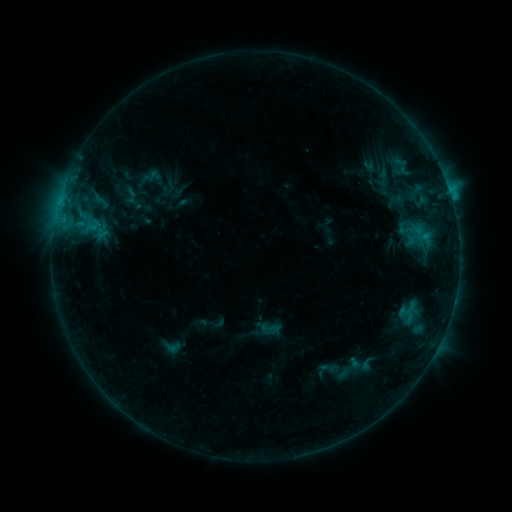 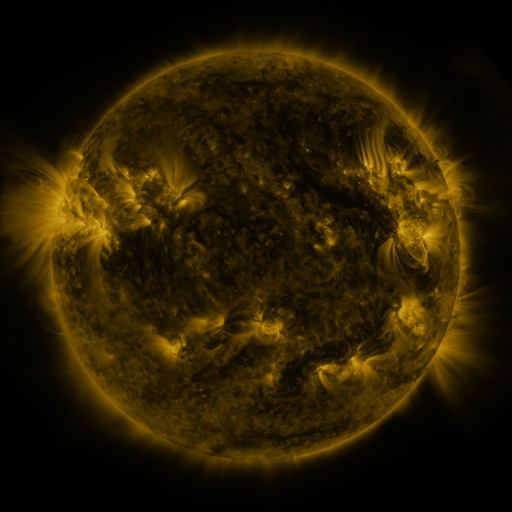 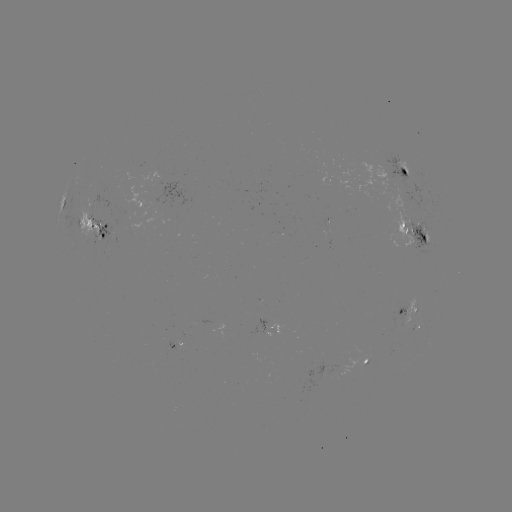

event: sigmoid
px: (100, 202)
